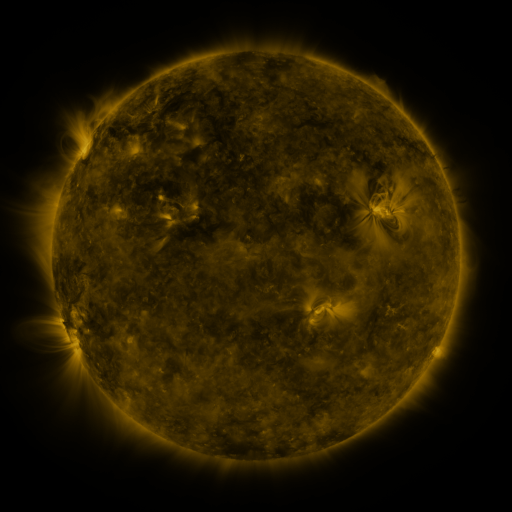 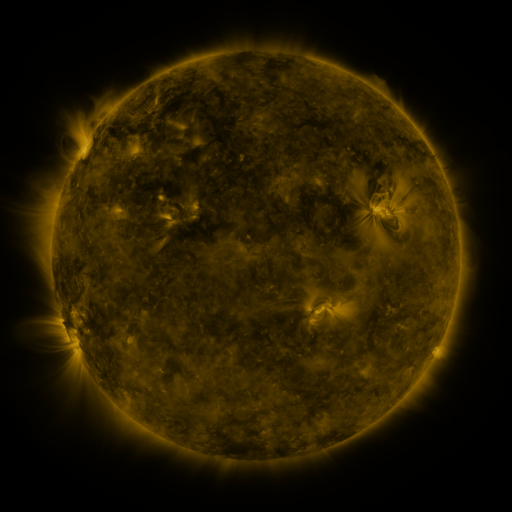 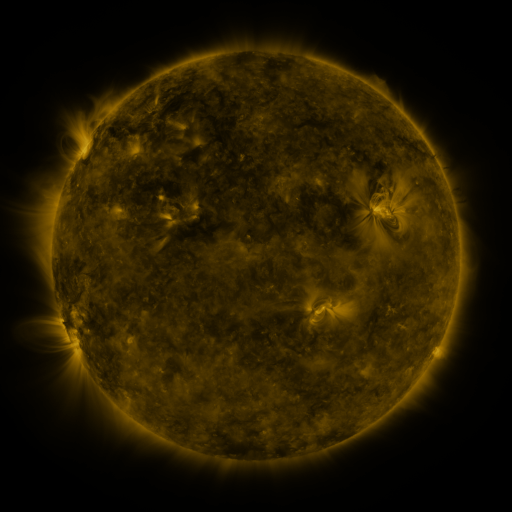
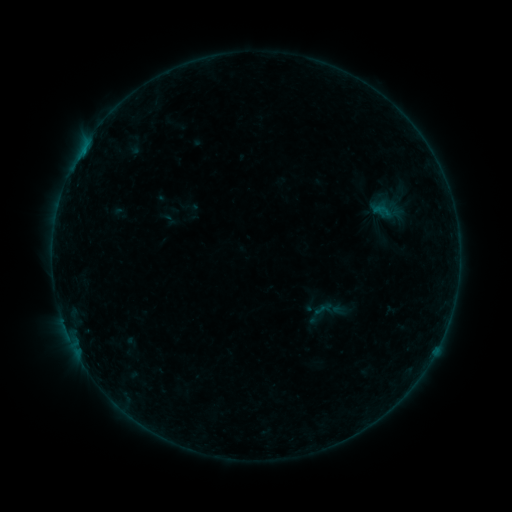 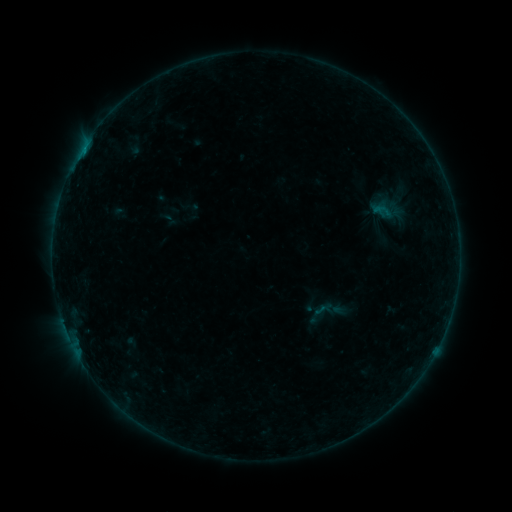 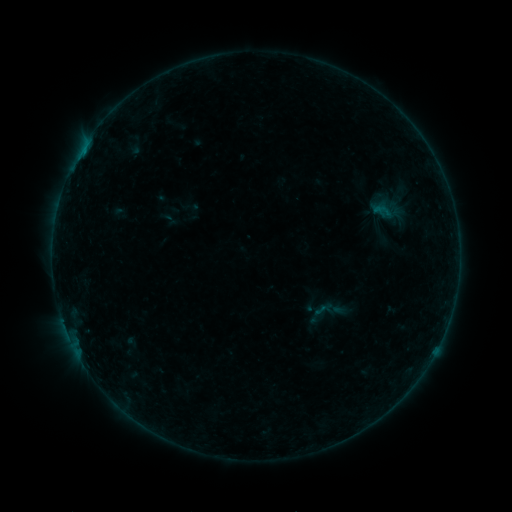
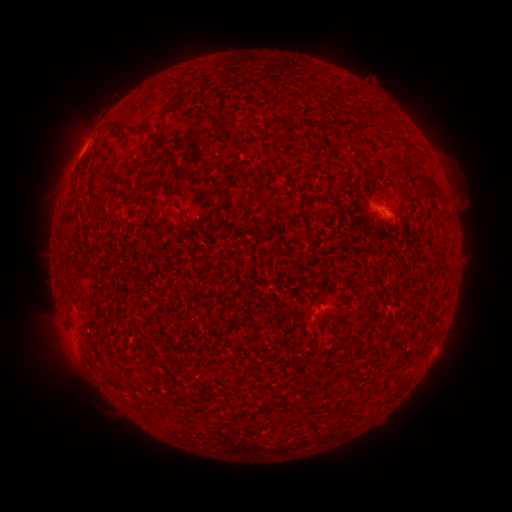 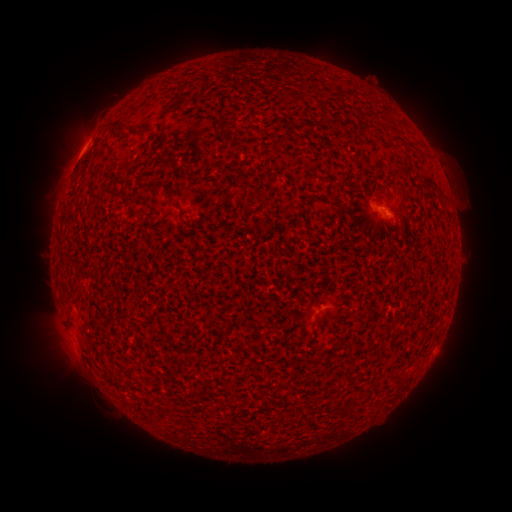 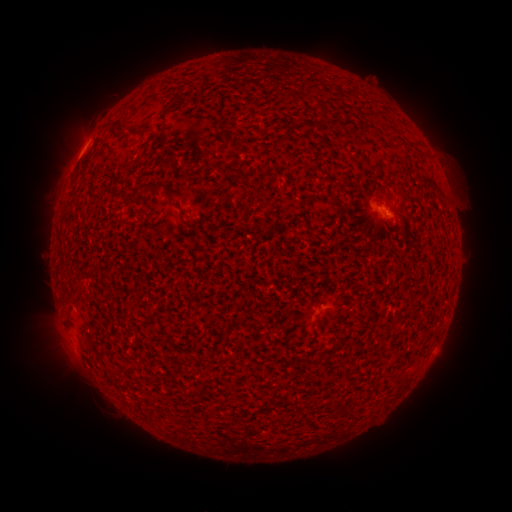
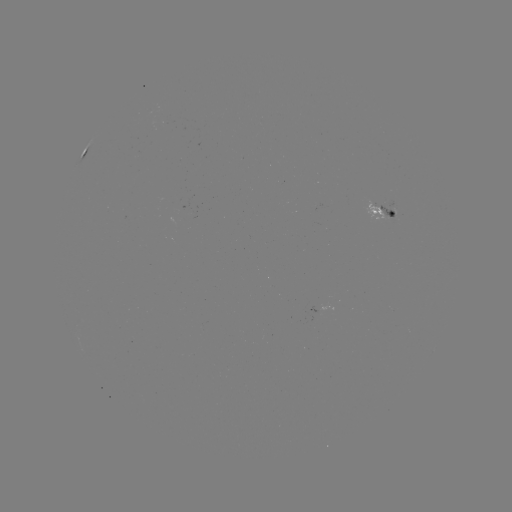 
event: flare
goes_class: B2.3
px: (84, 148)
